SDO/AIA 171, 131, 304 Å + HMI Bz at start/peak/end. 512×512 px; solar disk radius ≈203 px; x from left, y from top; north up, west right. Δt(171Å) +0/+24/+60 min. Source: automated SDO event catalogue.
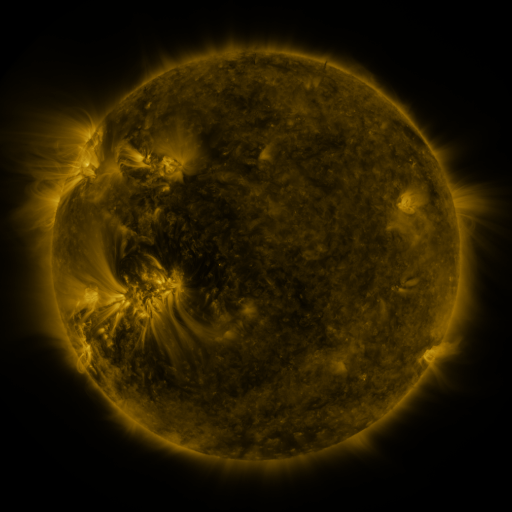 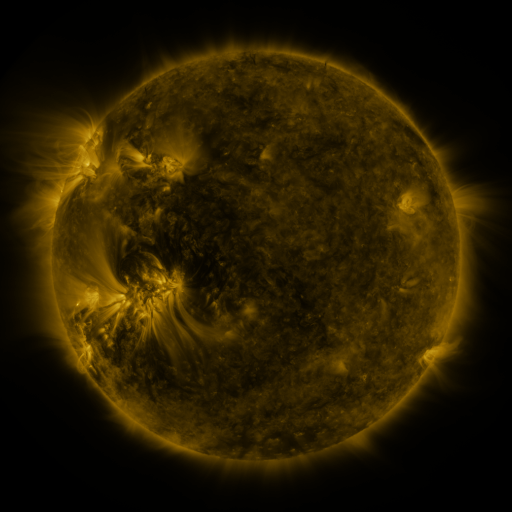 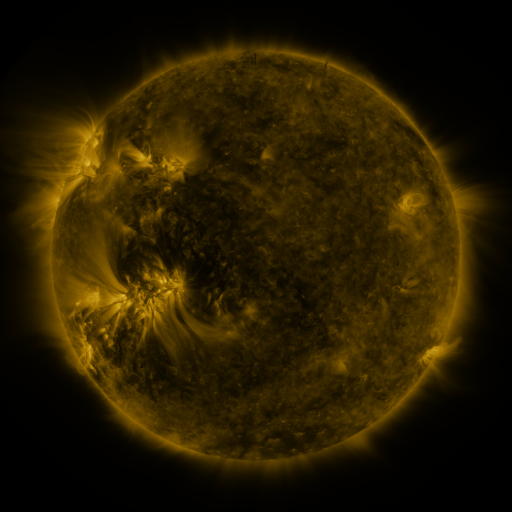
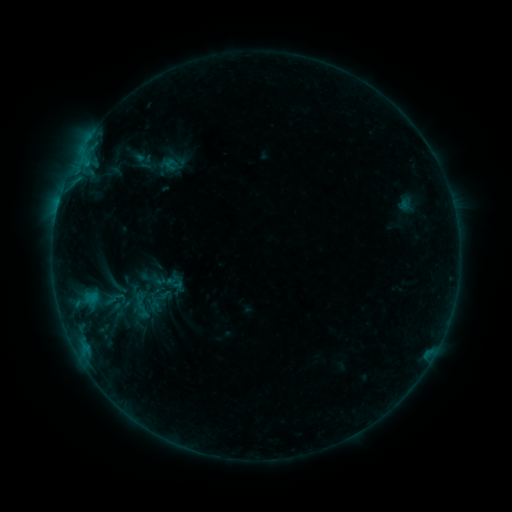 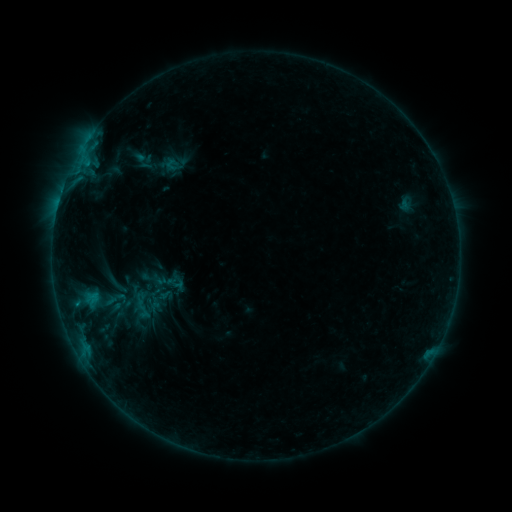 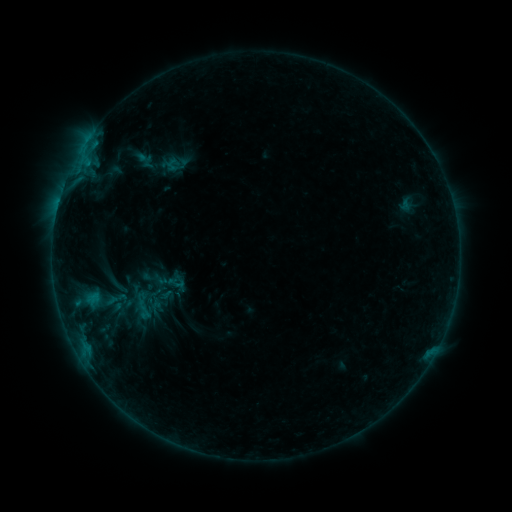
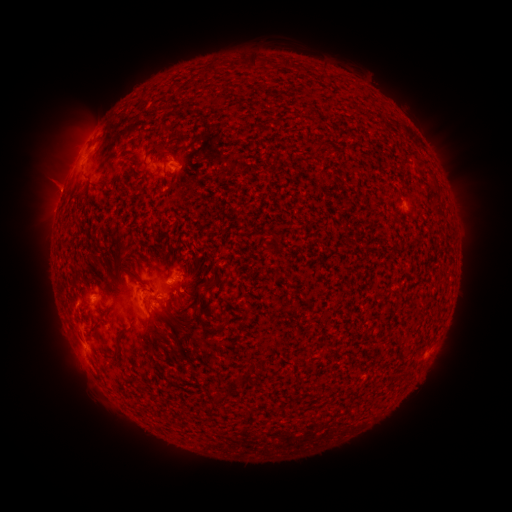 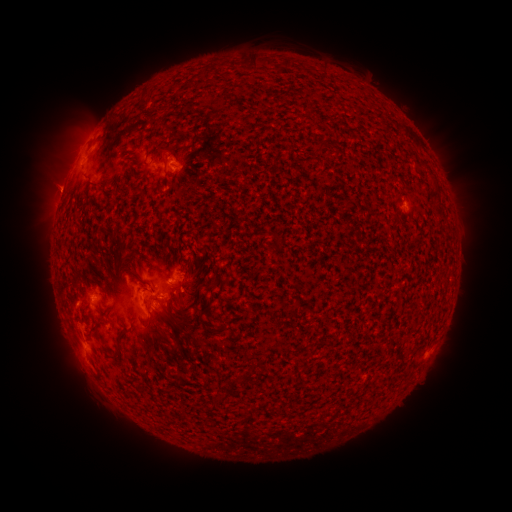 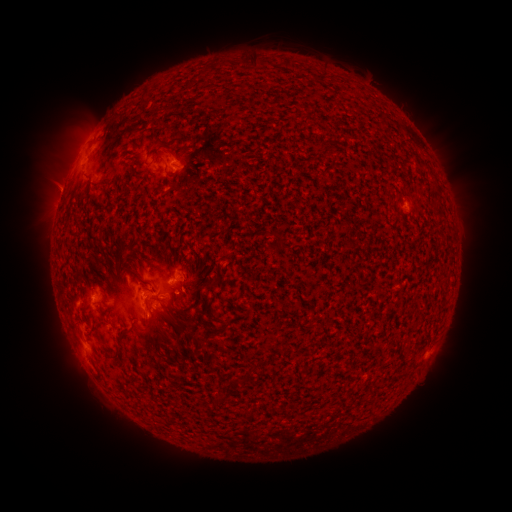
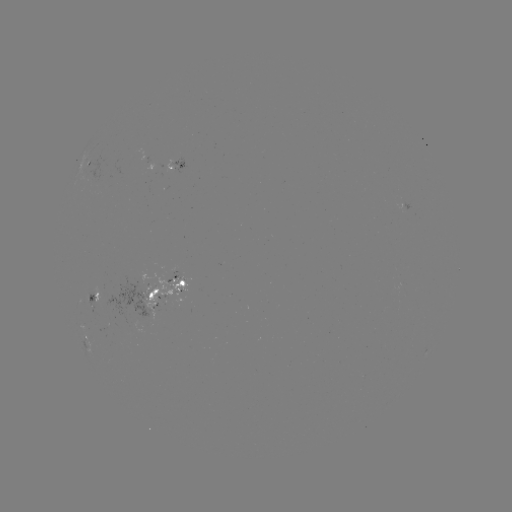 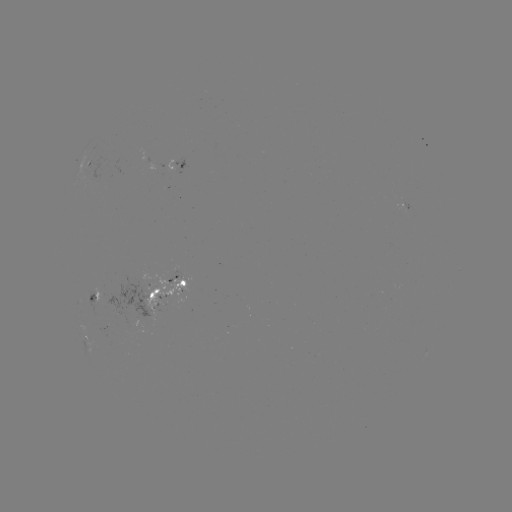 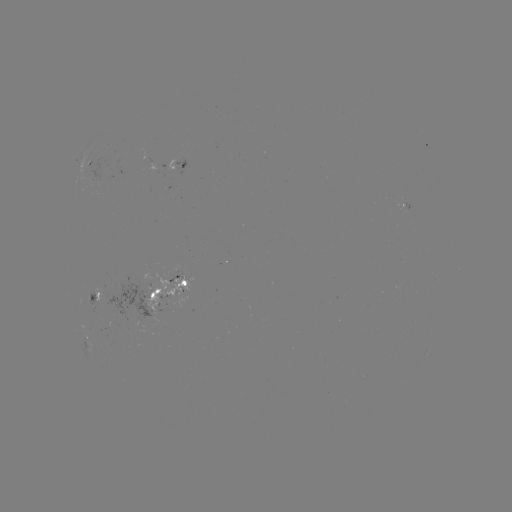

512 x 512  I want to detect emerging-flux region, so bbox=[91, 287, 105, 302].